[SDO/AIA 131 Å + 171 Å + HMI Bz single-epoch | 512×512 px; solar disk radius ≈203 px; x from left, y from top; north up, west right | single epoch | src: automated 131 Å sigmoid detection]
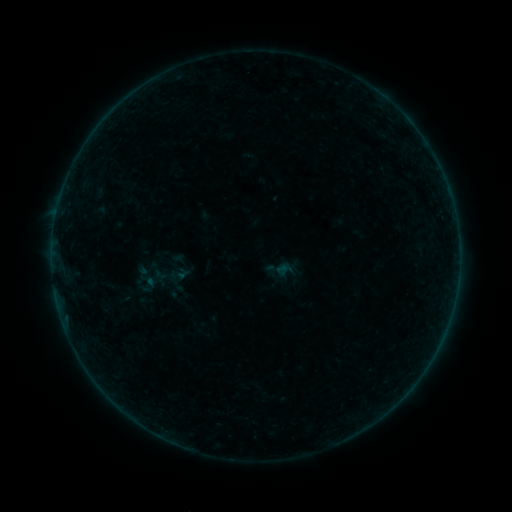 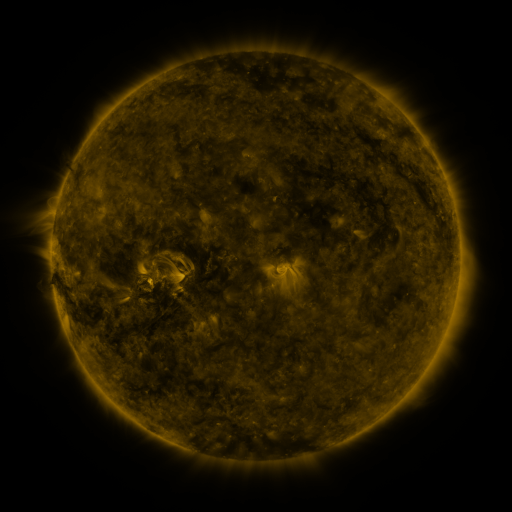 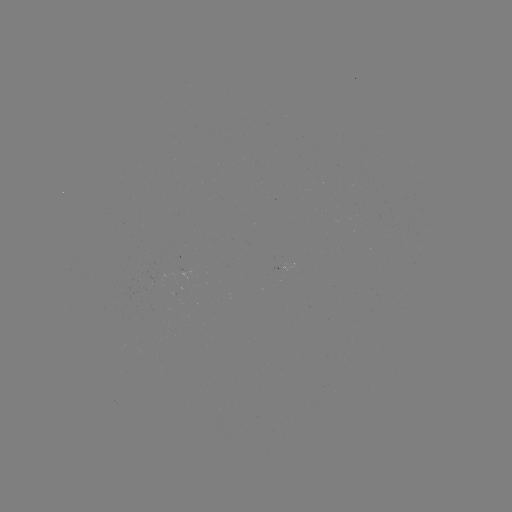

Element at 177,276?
sigmoid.